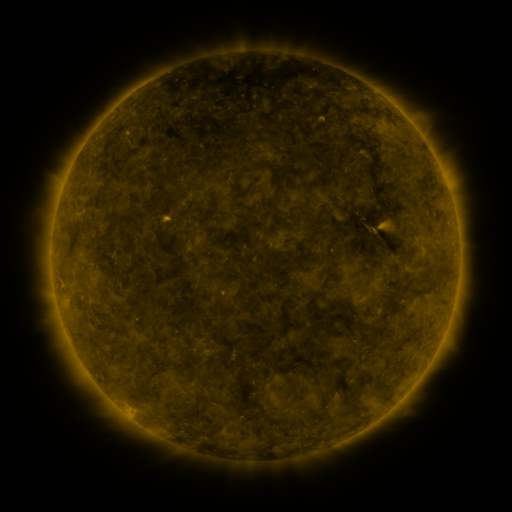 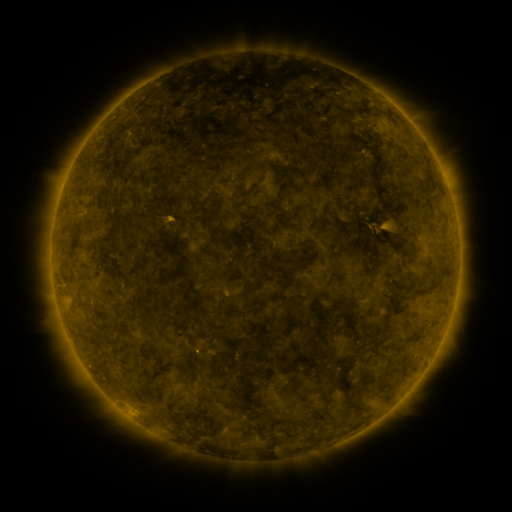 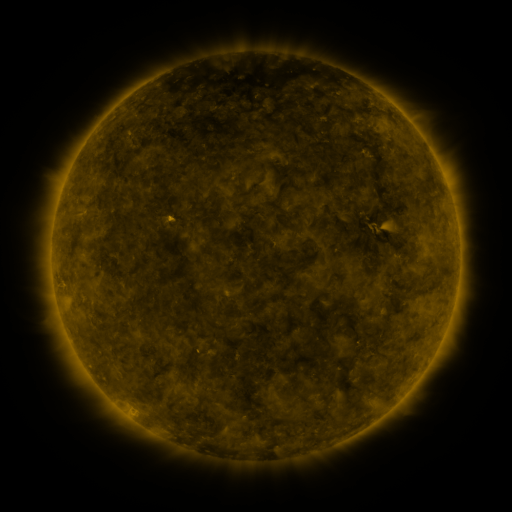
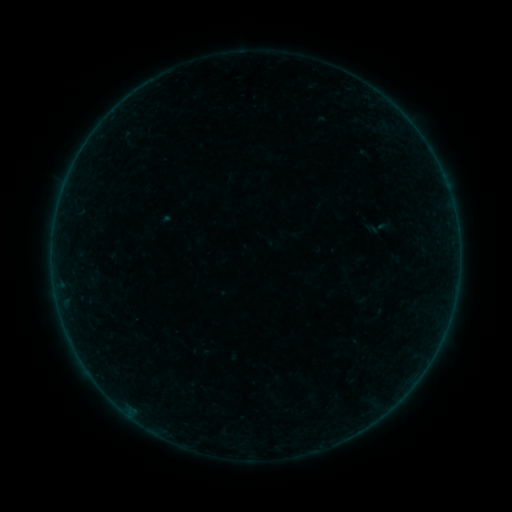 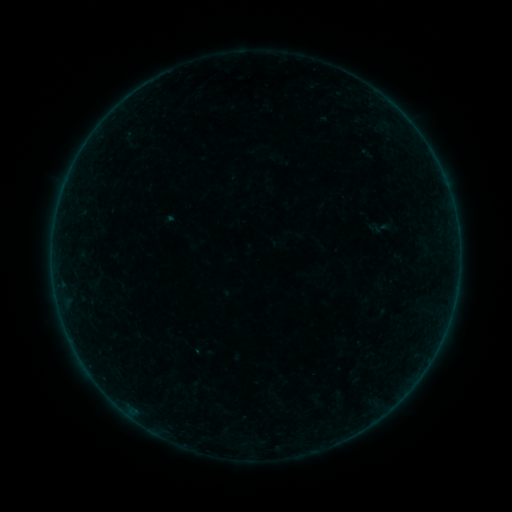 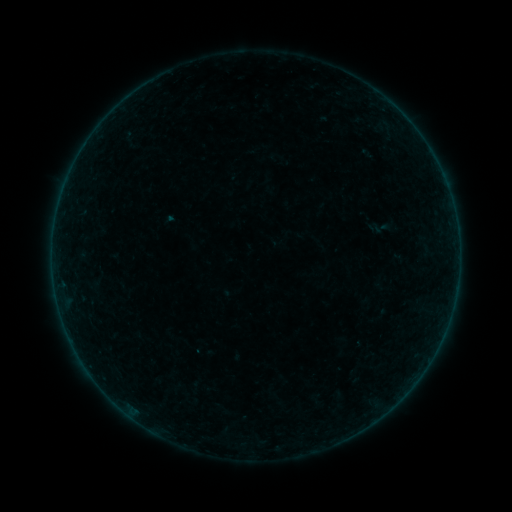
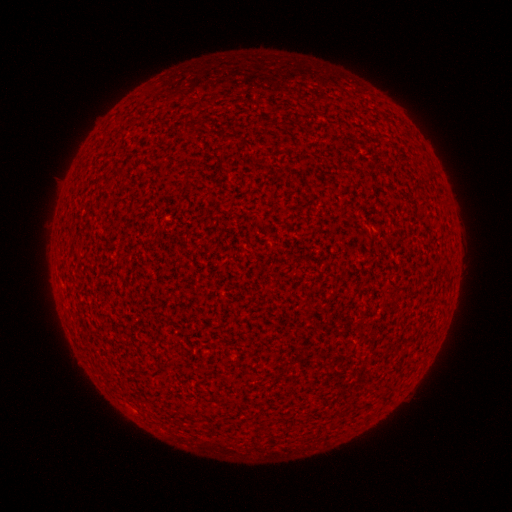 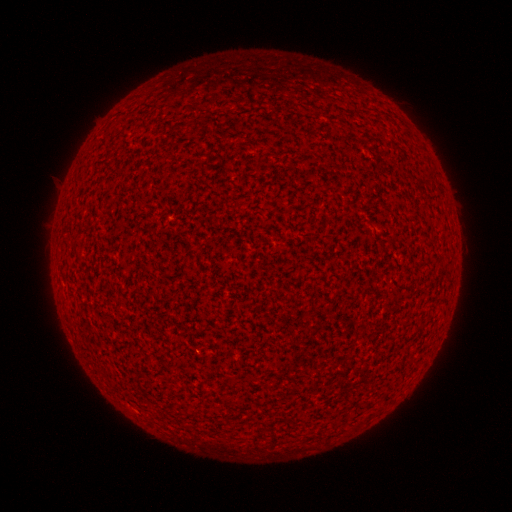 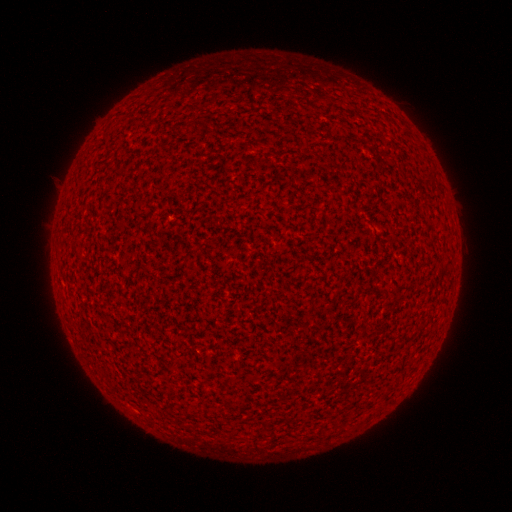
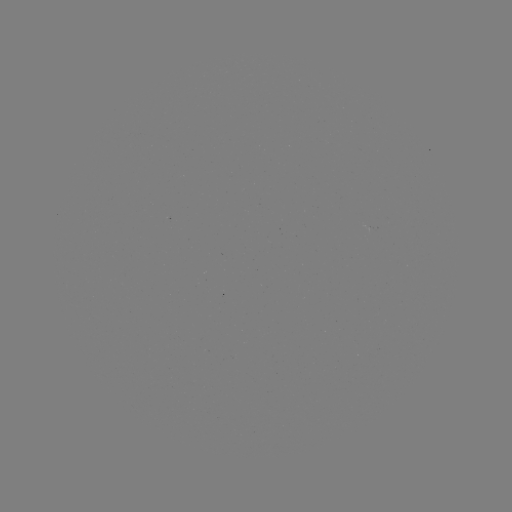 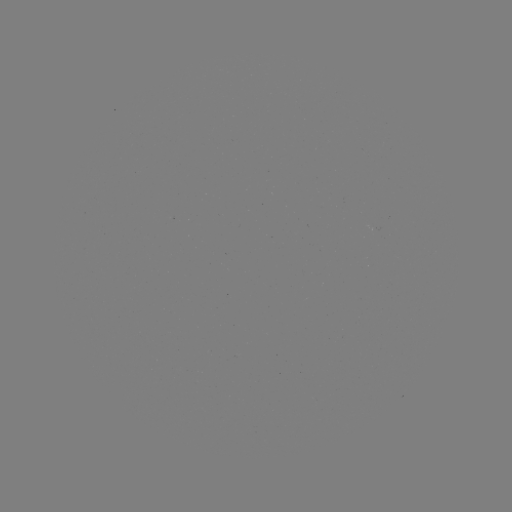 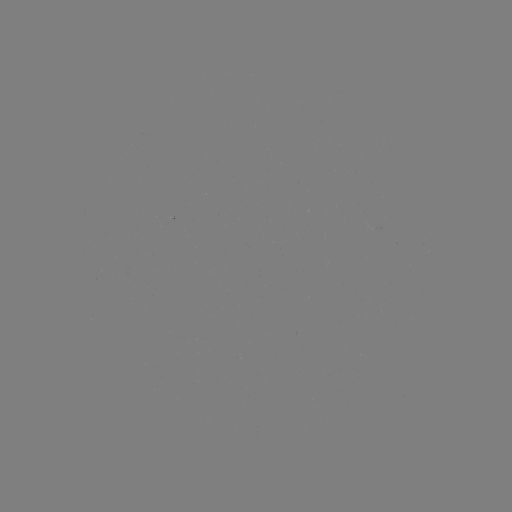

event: flare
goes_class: A7.5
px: (196, 348)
